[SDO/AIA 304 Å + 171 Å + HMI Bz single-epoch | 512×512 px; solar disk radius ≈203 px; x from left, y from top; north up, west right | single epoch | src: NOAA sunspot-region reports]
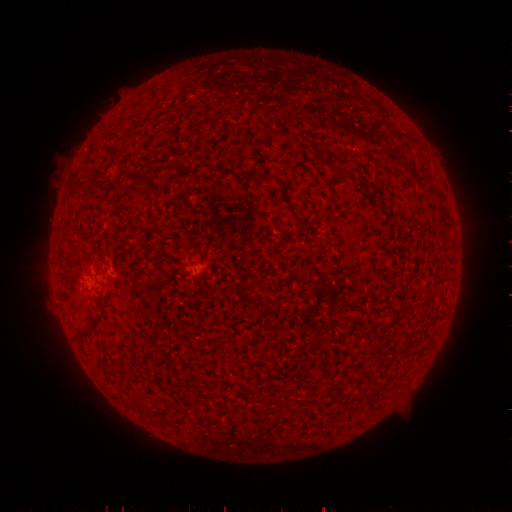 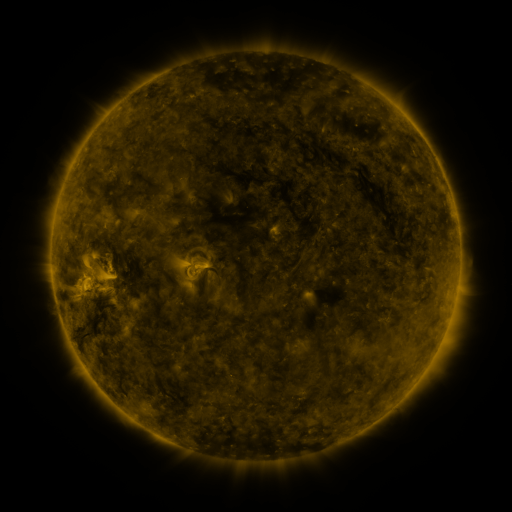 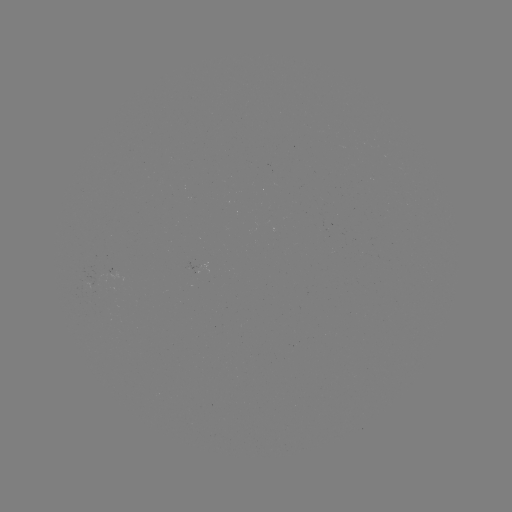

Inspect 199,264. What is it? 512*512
spotted active region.